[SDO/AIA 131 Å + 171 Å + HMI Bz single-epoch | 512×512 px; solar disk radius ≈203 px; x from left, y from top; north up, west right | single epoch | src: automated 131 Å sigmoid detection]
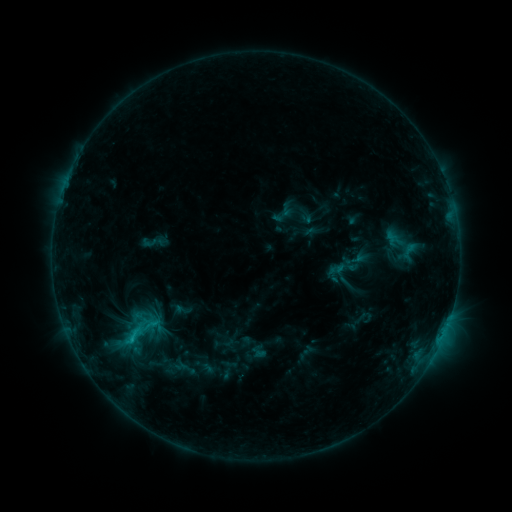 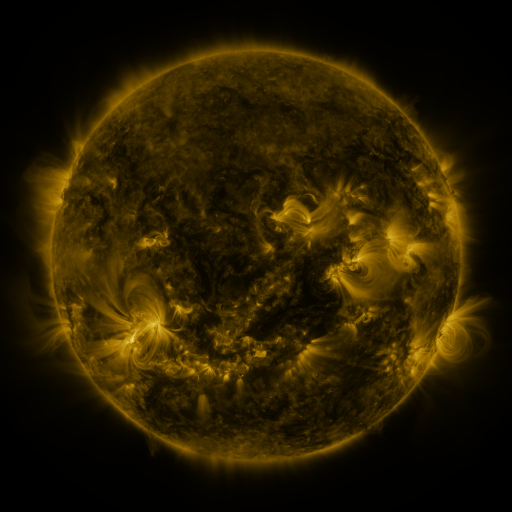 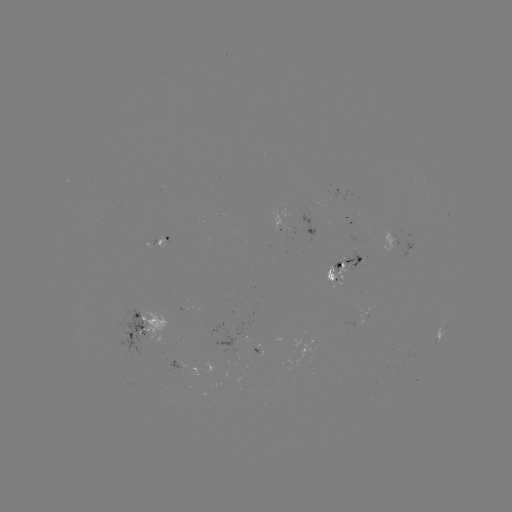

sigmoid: <bbox>327, 253, 358, 283</bbox>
